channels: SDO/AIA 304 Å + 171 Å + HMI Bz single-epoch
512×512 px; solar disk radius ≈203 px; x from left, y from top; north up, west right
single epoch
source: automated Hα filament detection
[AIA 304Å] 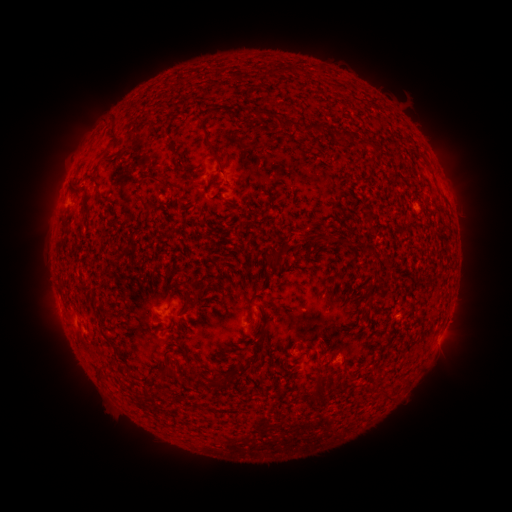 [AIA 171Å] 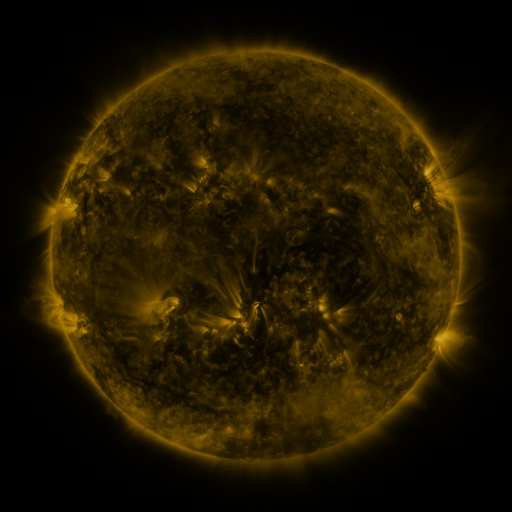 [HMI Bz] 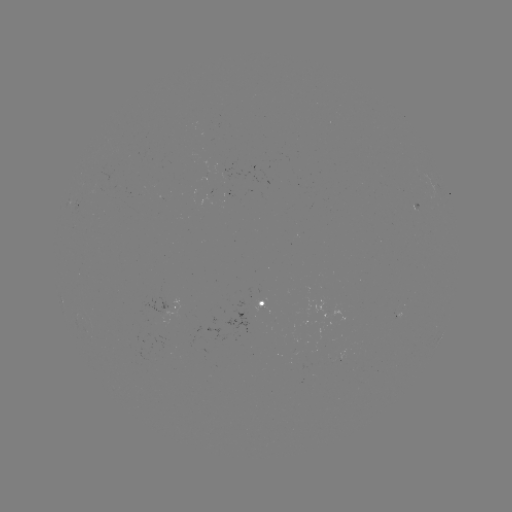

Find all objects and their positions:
filament: <bbox>256, 107, 269, 116</bbox>
filament: <bbox>113, 114, 122, 142</bbox>
filament: <bbox>288, 120, 299, 129</bbox>
filament: <bbox>304, 123, 325, 134</bbox>
filament: <bbox>342, 131, 352, 139</bbox>
filament: <bbox>207, 140, 218, 152</bbox>
filament: <bbox>365, 141, 375, 148</bbox>
filament: <bbox>149, 173, 168, 186</bbox>
filament: <bbox>267, 252, 283, 270</bbox>
filament: <bbox>183, 292, 191, 307</bbox>
filament: <bbox>159, 358, 175, 378</bbox>
filament: <bbox>96, 362, 106, 371</bbox>
filament: <bbox>237, 362, 249, 373</bbox>
